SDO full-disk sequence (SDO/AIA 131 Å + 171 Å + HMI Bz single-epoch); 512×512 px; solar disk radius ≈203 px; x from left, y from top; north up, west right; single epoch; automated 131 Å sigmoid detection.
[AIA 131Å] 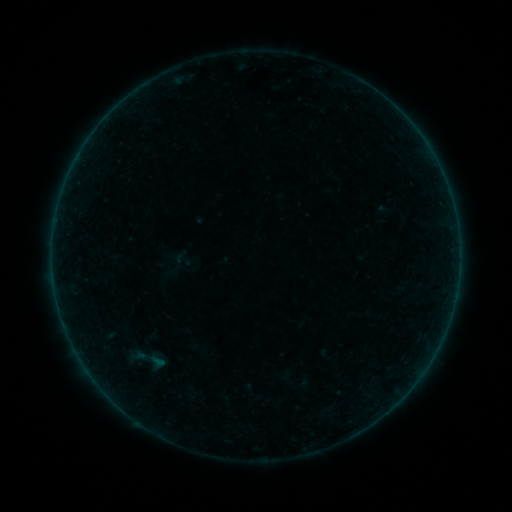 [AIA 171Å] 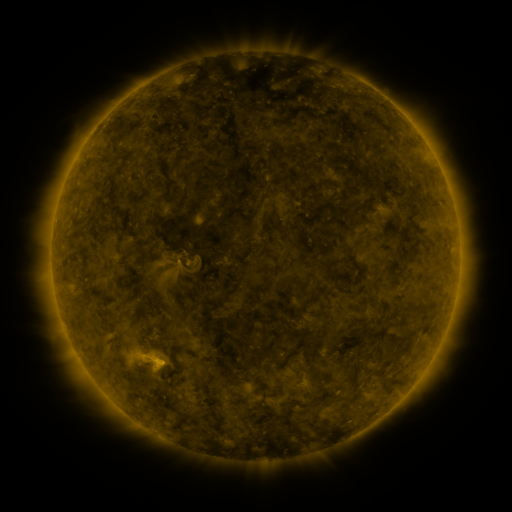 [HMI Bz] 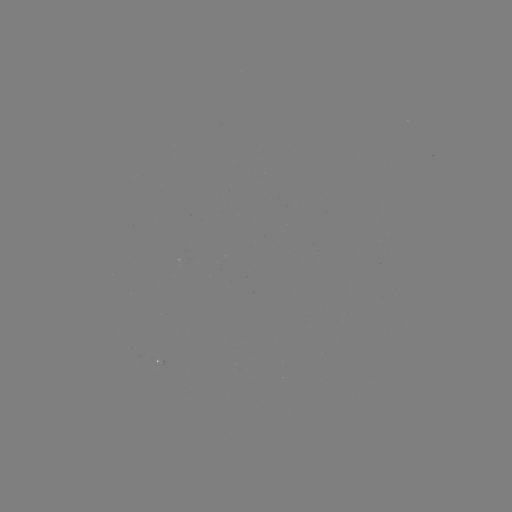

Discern sigmoid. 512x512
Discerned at (141, 361).